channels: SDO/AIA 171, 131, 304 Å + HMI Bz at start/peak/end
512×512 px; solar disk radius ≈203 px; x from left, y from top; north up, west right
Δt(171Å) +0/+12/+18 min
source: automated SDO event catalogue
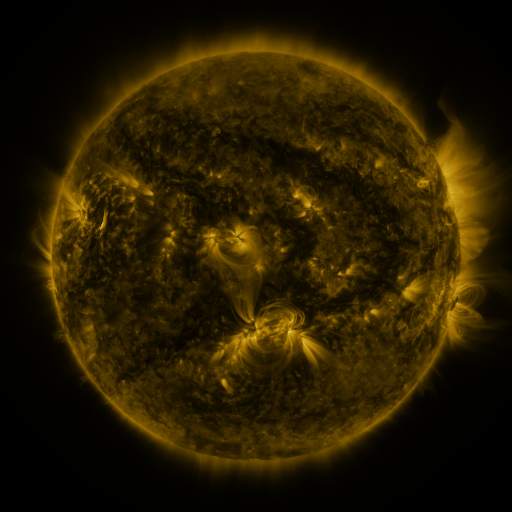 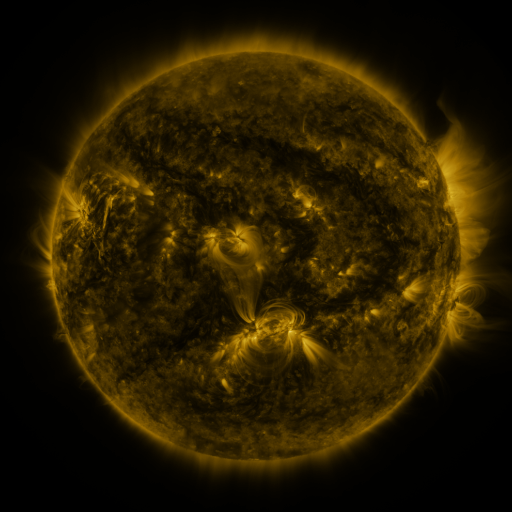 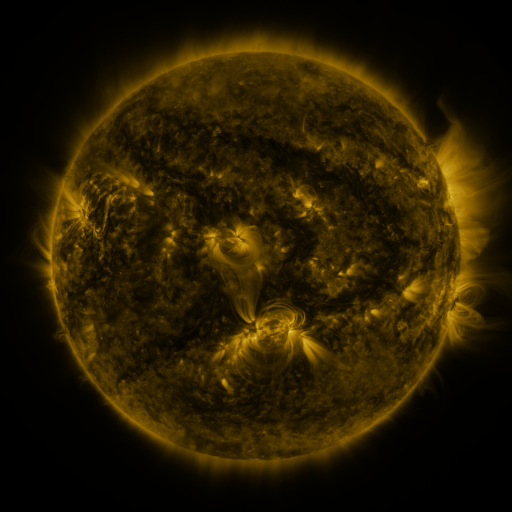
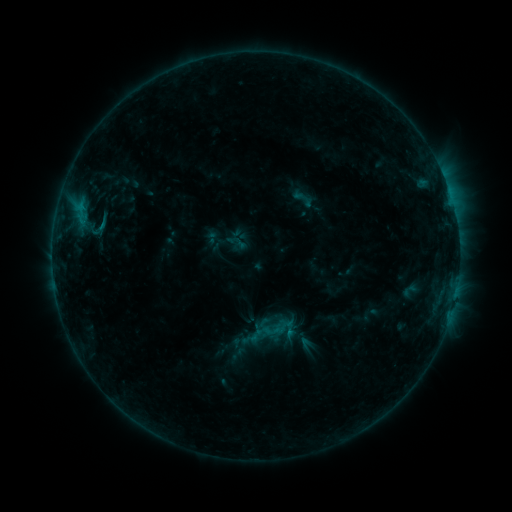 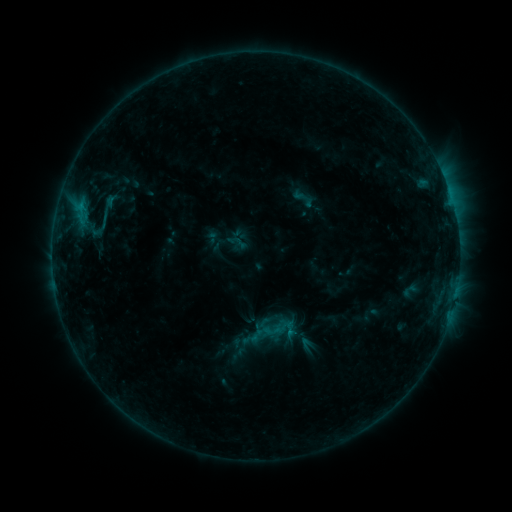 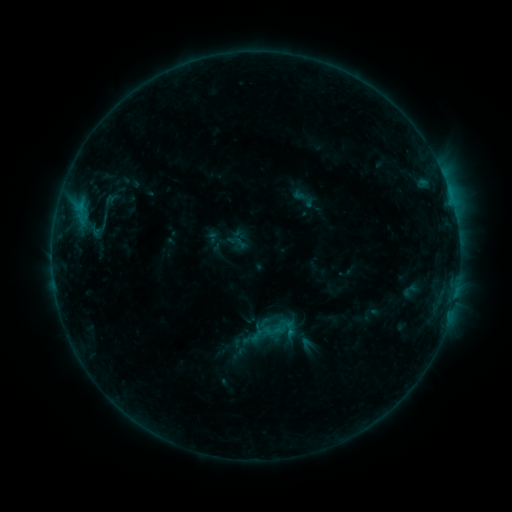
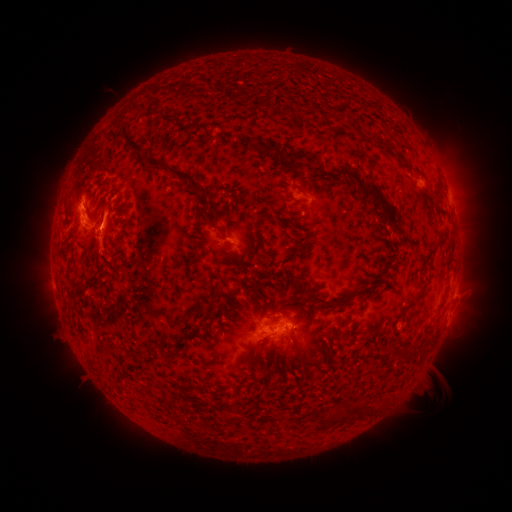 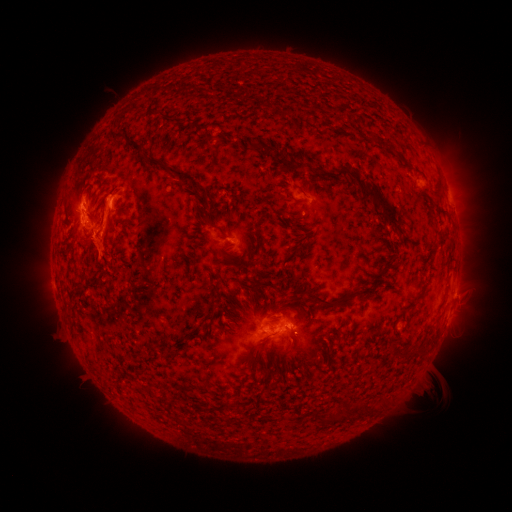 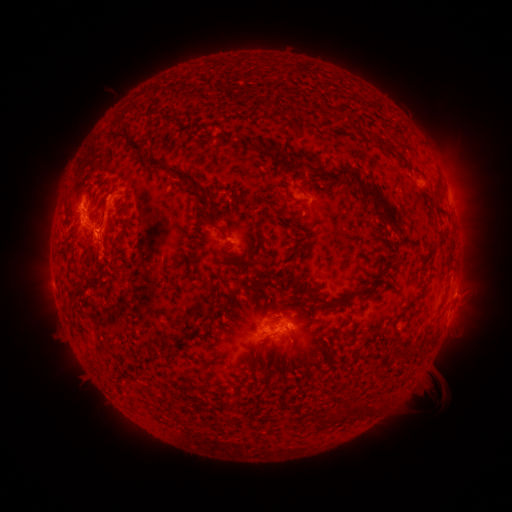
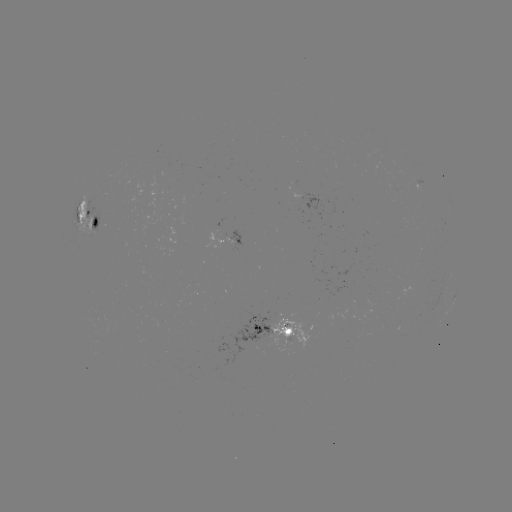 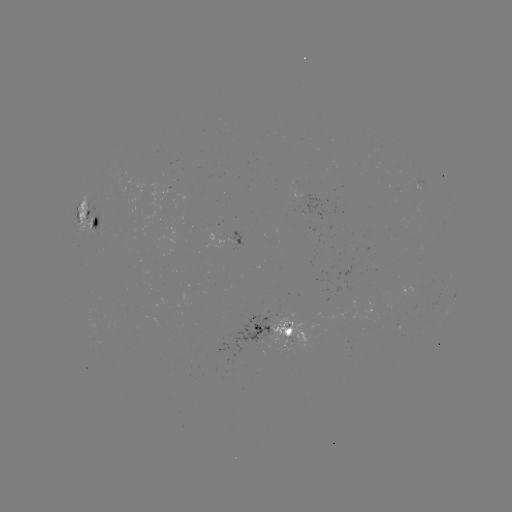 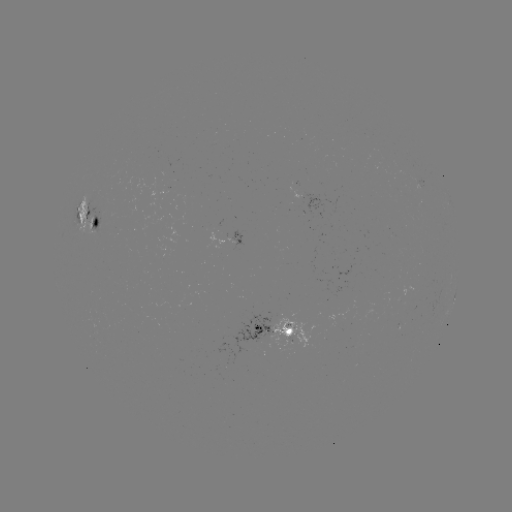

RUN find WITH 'eruption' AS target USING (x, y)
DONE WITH (93, 237) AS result